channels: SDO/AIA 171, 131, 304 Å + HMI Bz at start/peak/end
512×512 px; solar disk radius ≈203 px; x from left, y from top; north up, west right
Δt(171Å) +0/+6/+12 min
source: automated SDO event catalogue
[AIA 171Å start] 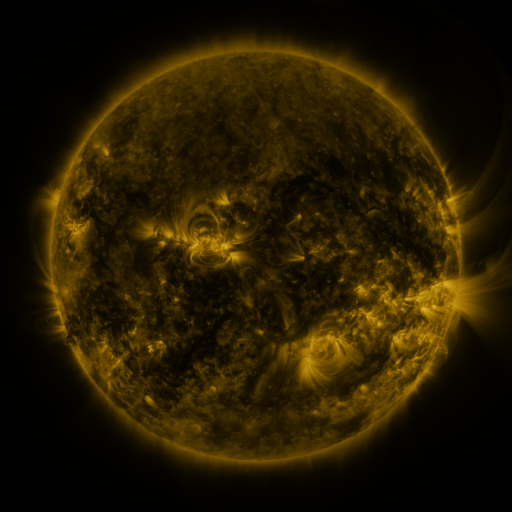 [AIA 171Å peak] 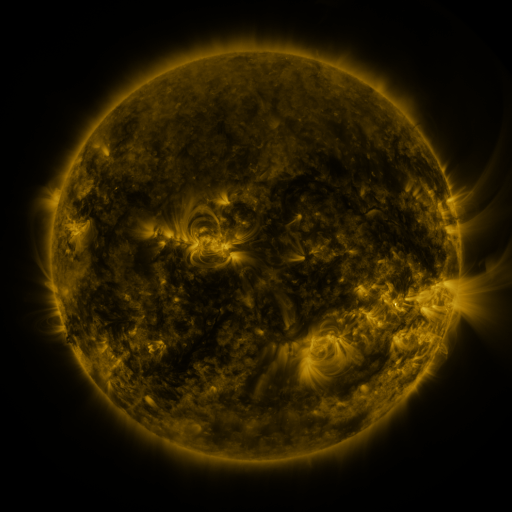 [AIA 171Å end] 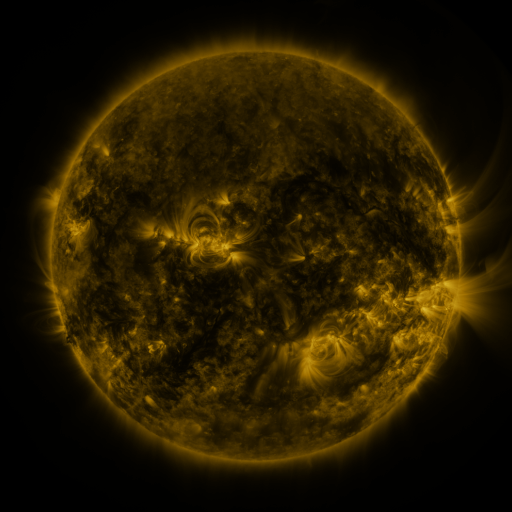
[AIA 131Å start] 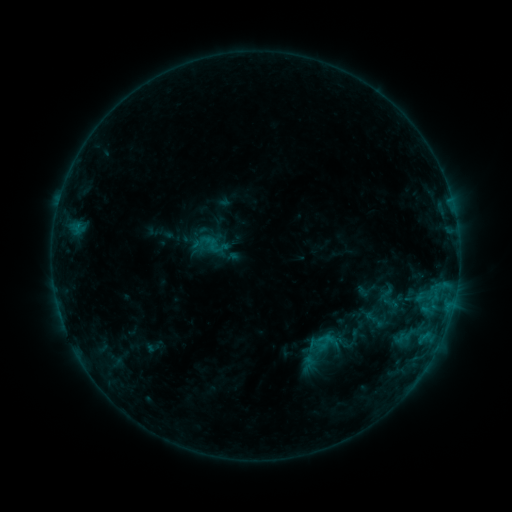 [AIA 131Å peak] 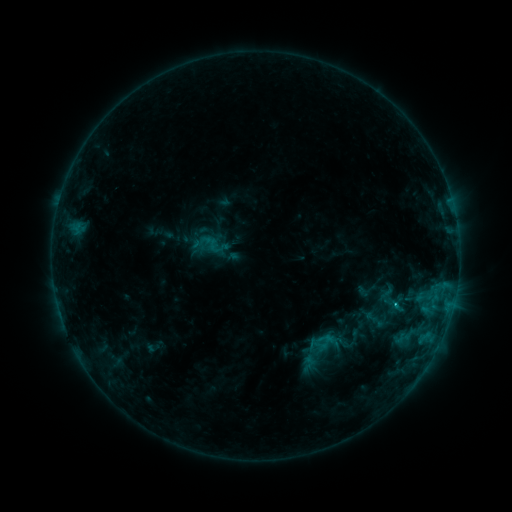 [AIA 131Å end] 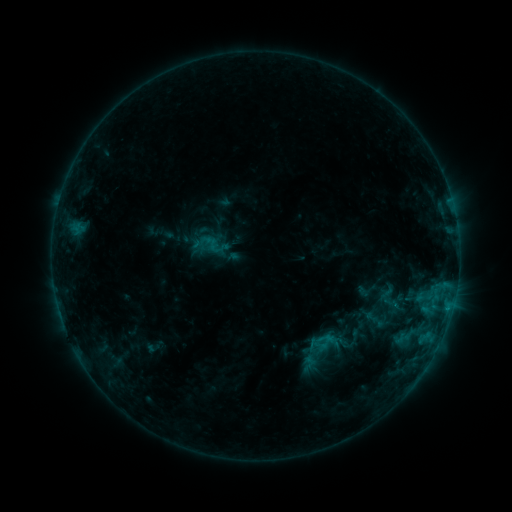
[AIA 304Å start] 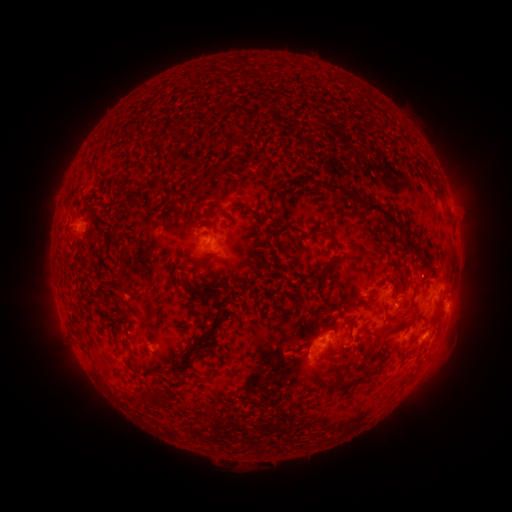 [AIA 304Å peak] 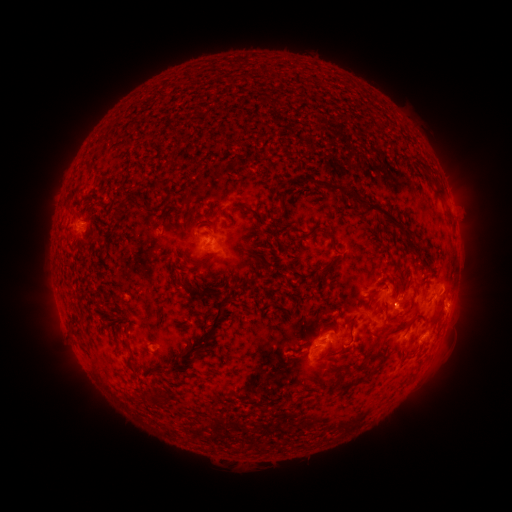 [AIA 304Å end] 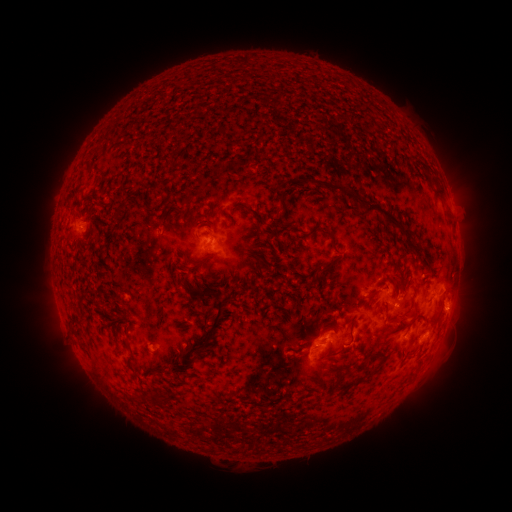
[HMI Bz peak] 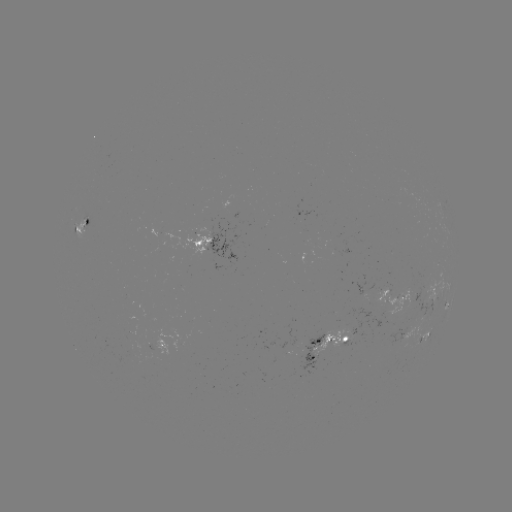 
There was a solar flare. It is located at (393, 303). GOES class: C1.1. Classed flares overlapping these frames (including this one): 1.